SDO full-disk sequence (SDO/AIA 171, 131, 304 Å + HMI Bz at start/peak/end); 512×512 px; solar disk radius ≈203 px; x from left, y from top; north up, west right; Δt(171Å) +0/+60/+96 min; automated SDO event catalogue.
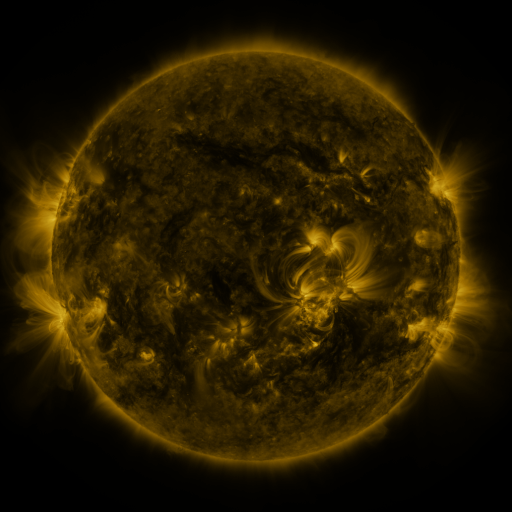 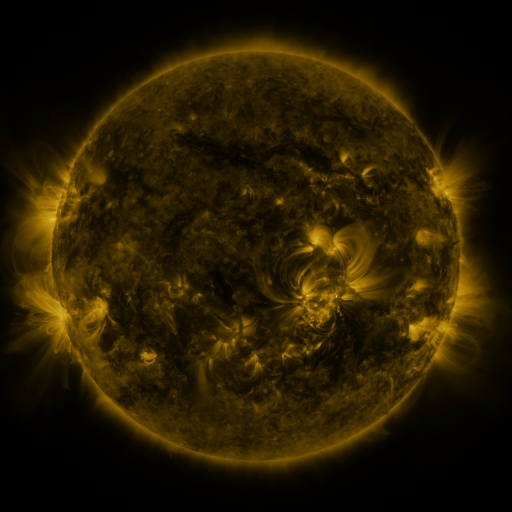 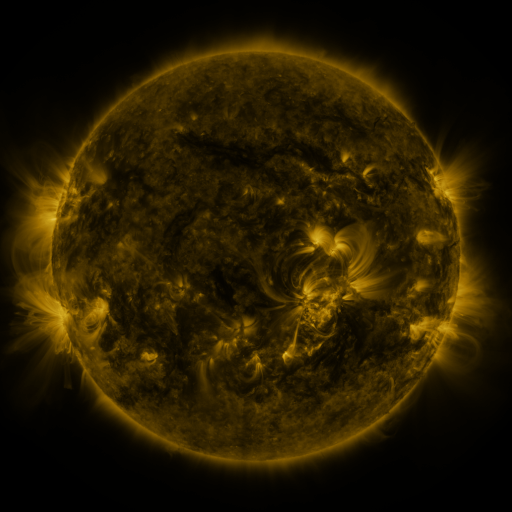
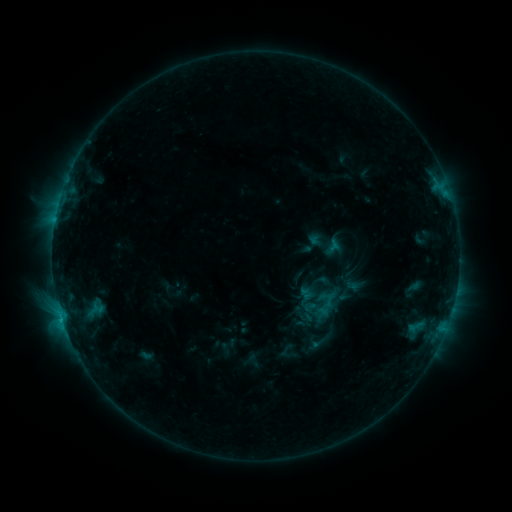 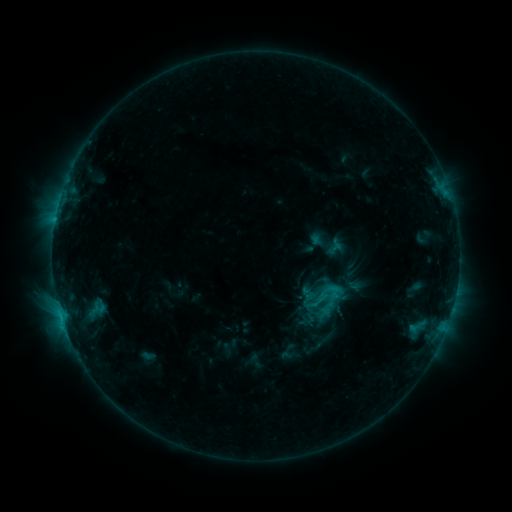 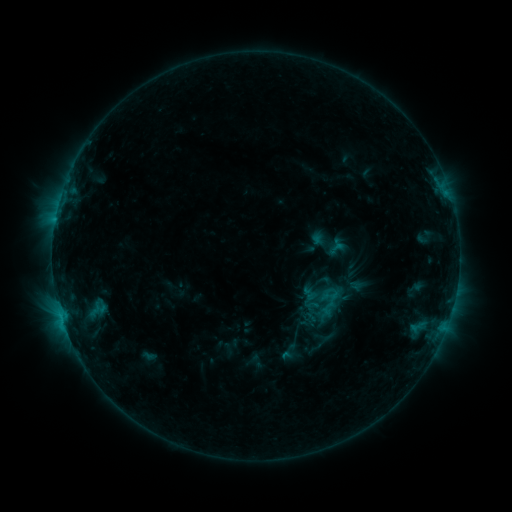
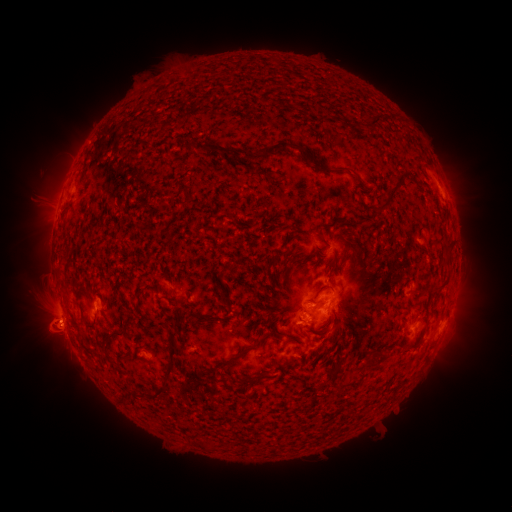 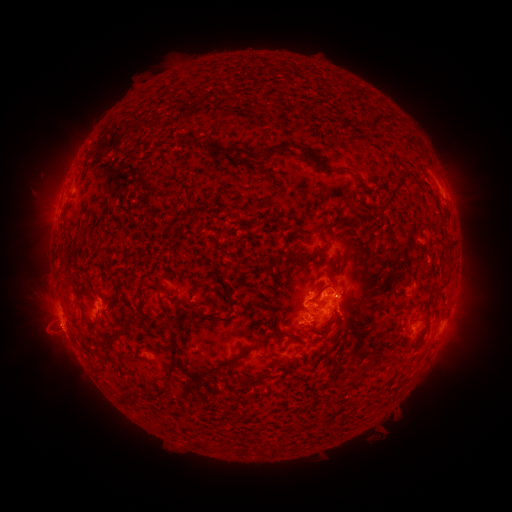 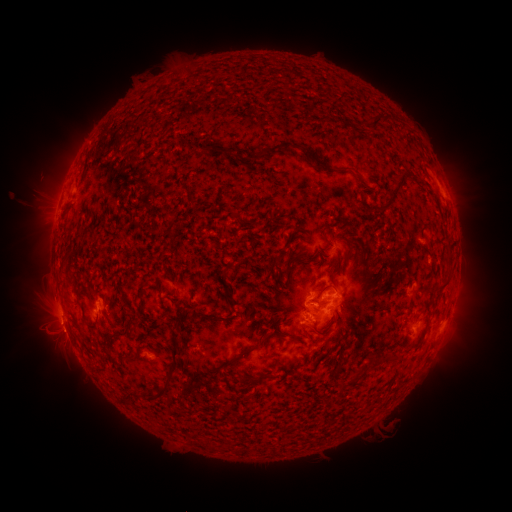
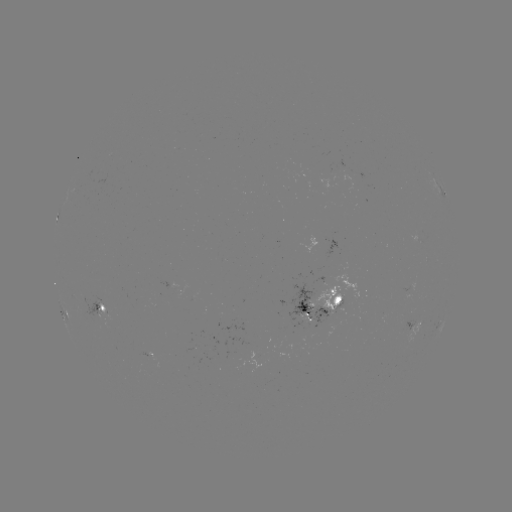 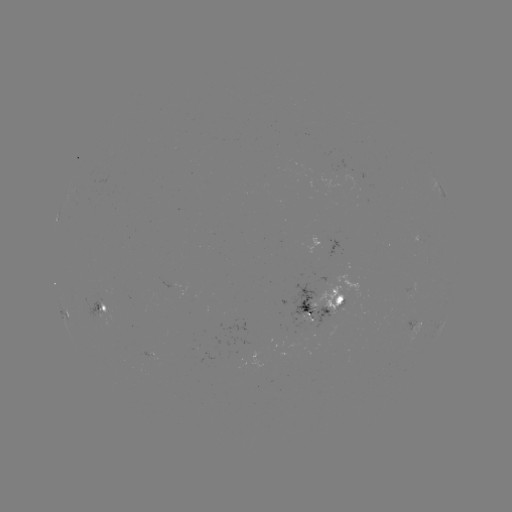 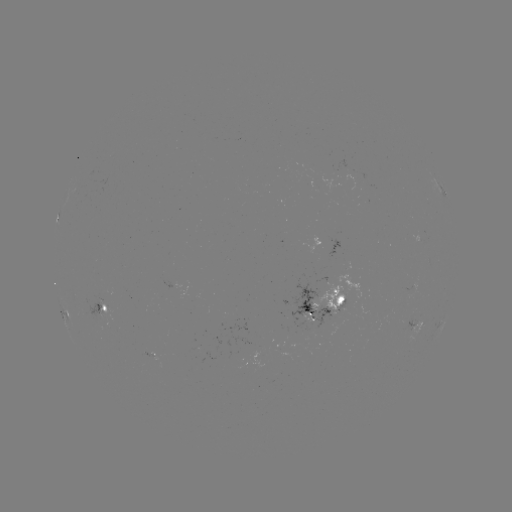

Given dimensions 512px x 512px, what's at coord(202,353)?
emerging-flux region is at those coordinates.